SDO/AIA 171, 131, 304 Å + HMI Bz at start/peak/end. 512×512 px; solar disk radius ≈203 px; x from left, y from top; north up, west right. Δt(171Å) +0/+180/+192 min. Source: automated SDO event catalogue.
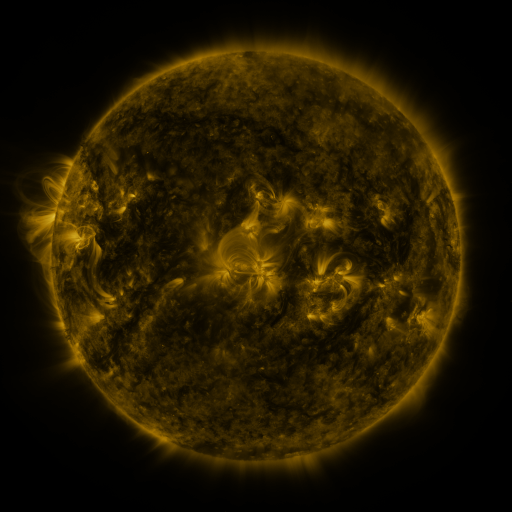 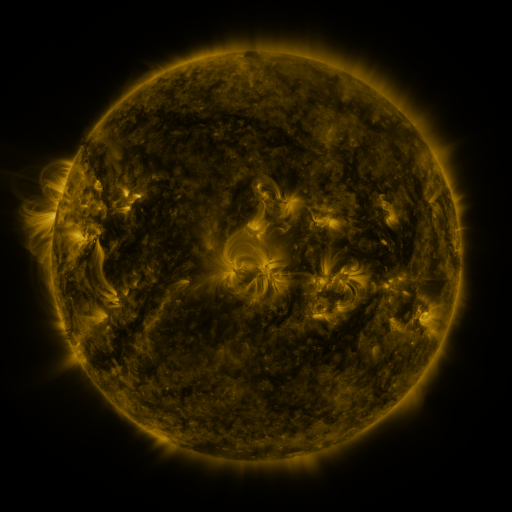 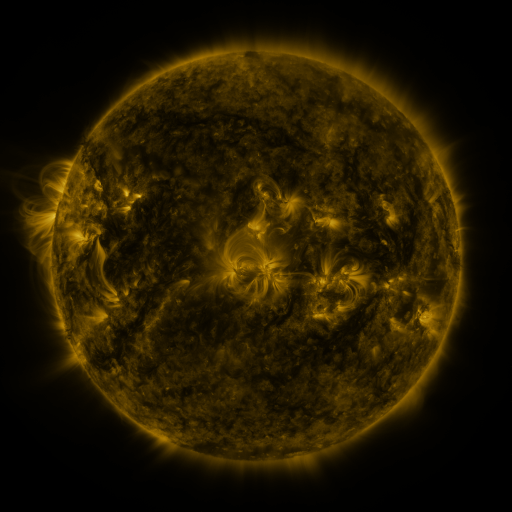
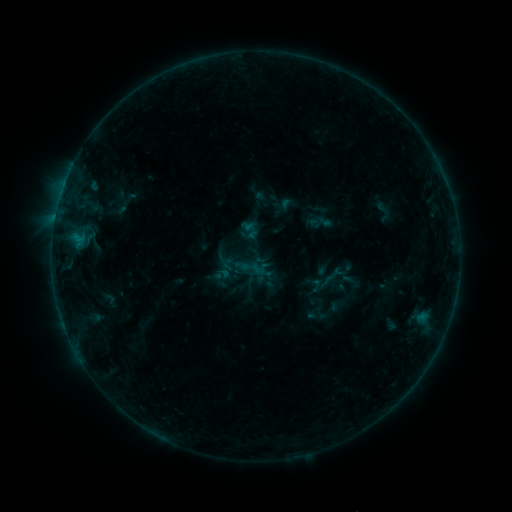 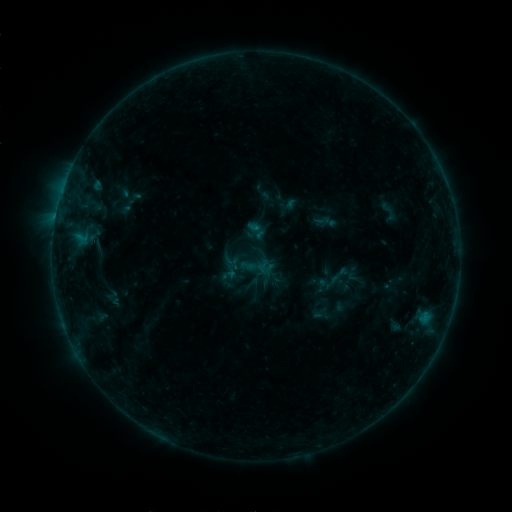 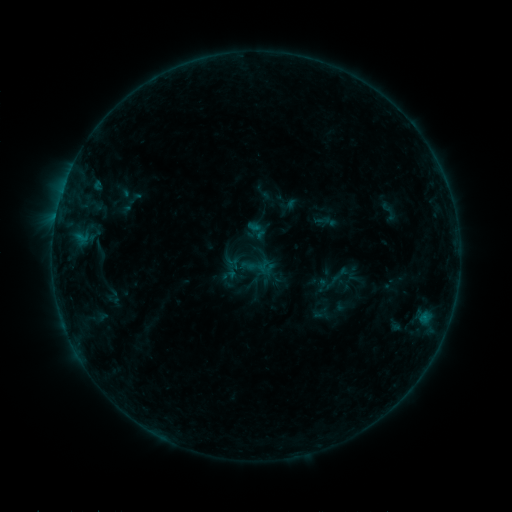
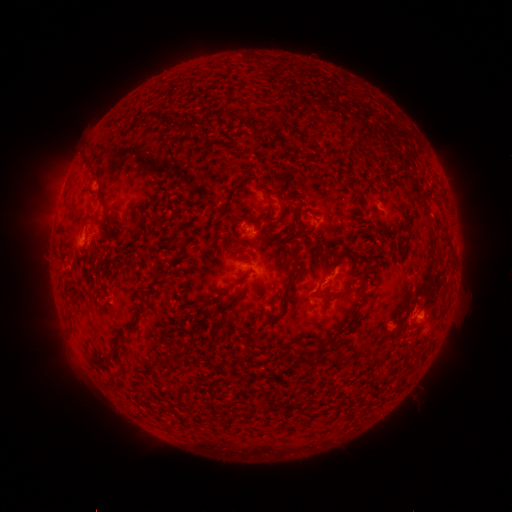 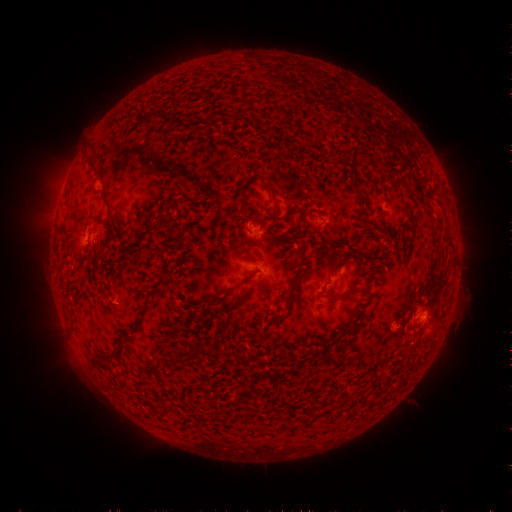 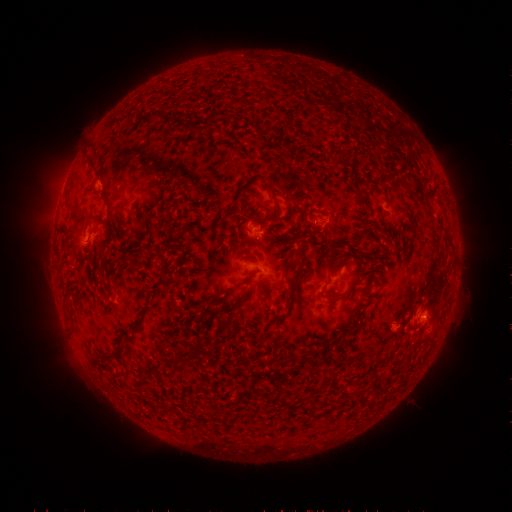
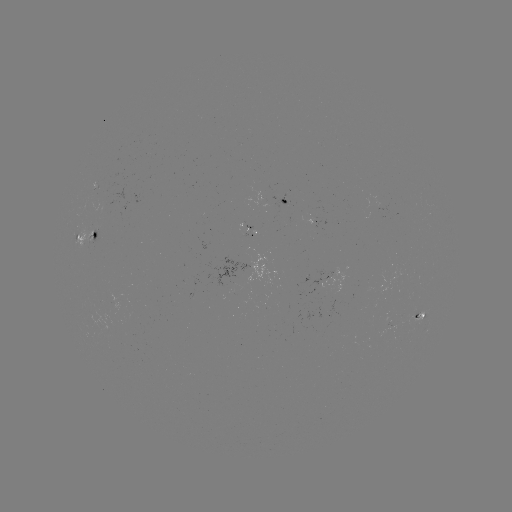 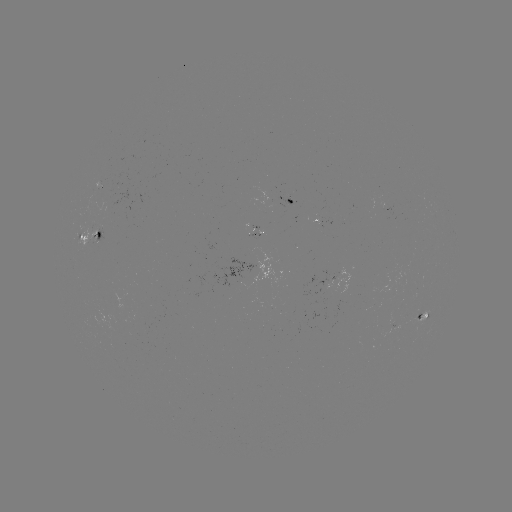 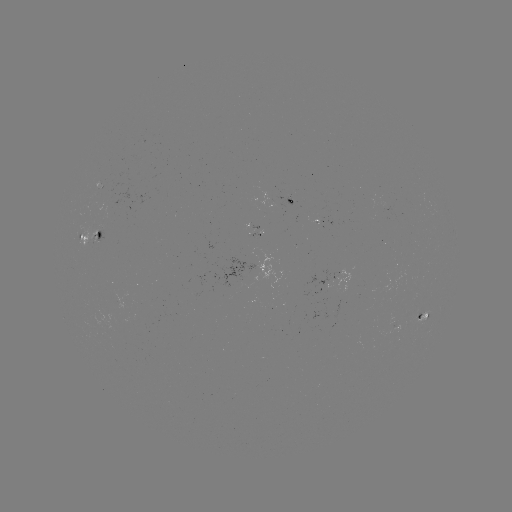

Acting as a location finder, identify emerging-flux region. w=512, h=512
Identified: [287, 200].